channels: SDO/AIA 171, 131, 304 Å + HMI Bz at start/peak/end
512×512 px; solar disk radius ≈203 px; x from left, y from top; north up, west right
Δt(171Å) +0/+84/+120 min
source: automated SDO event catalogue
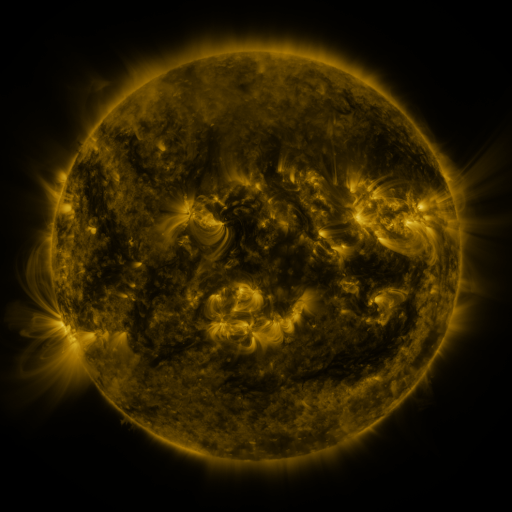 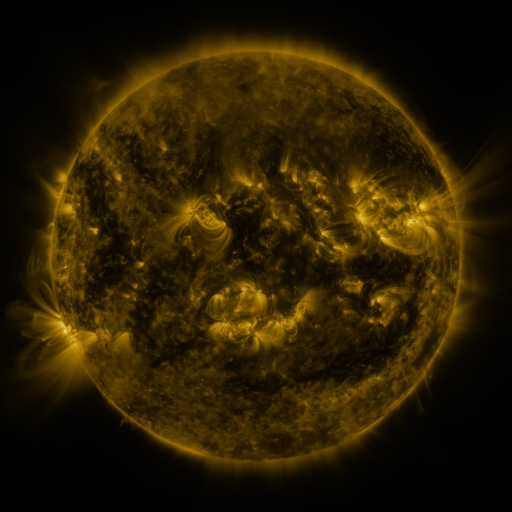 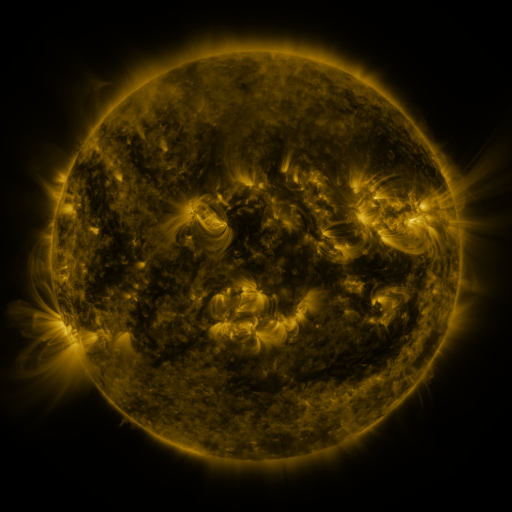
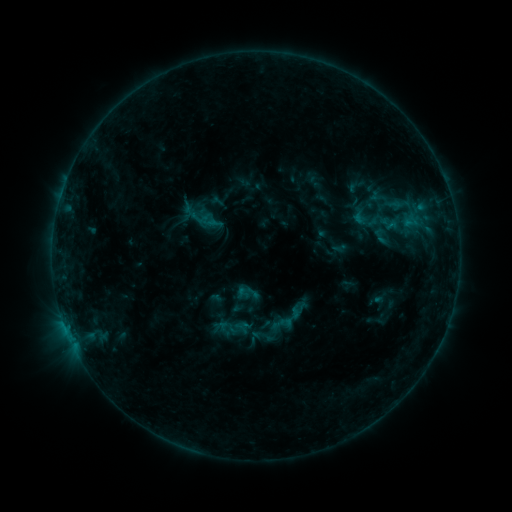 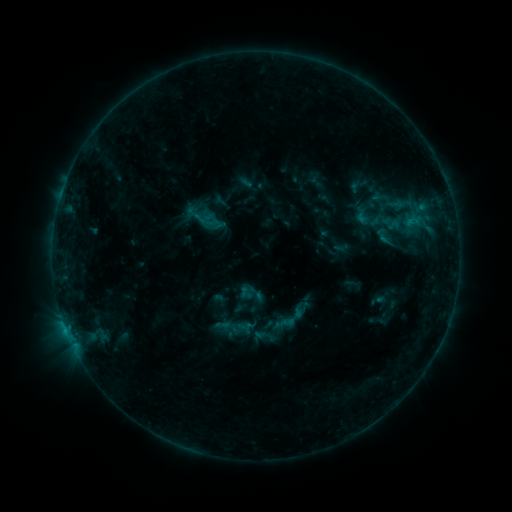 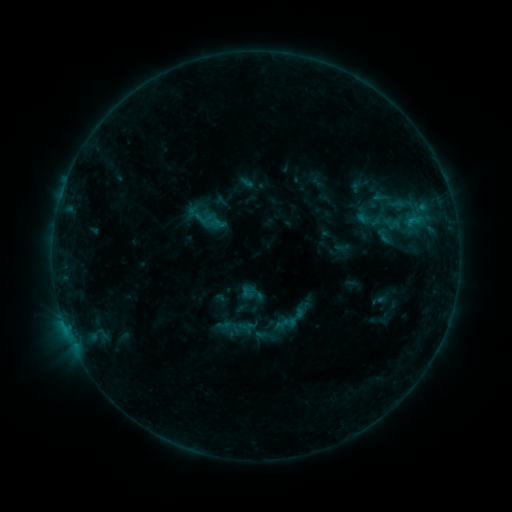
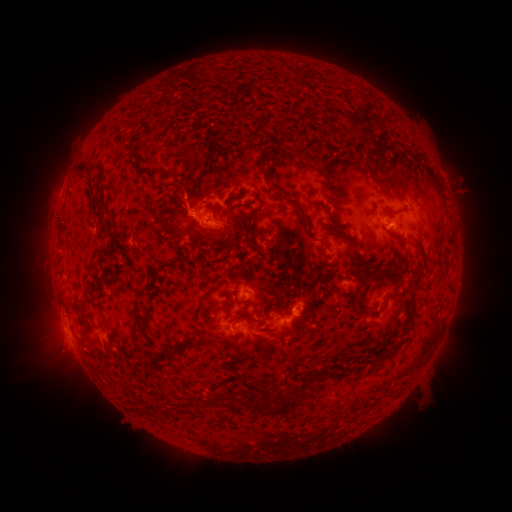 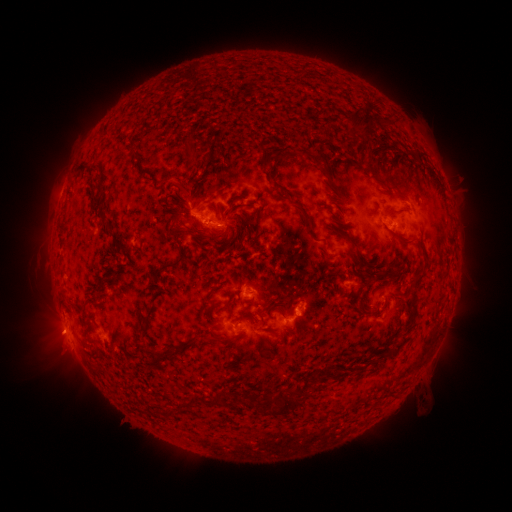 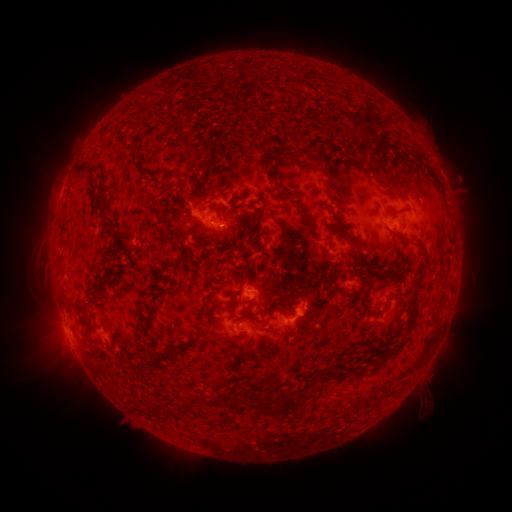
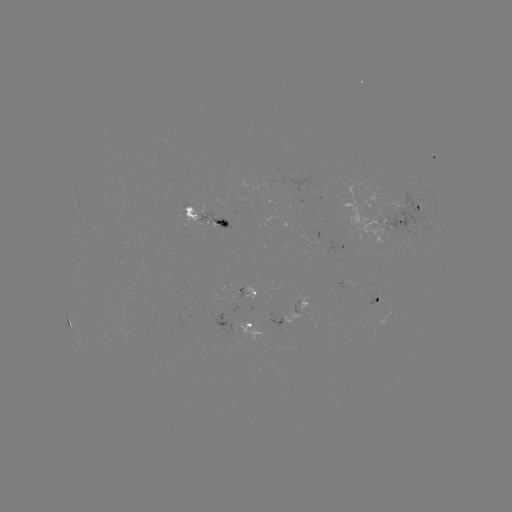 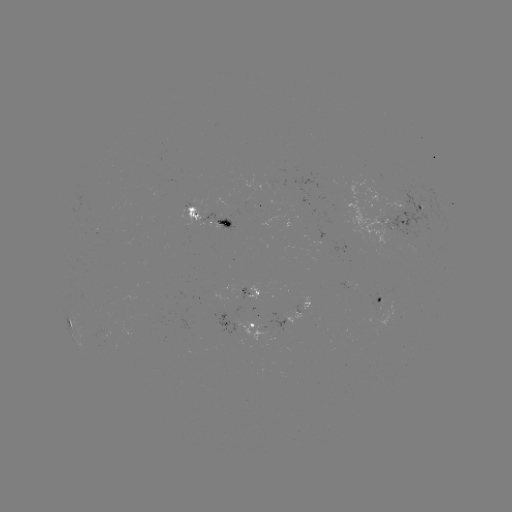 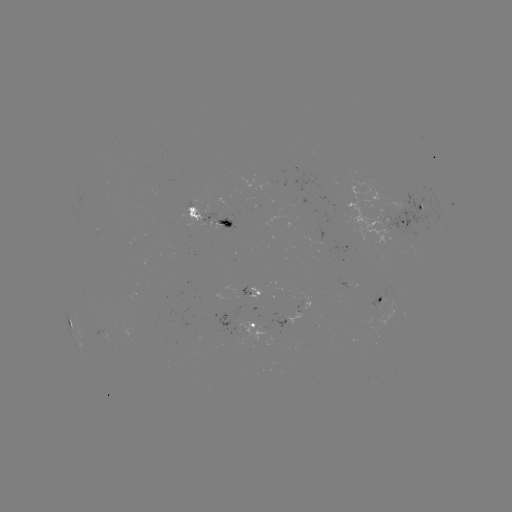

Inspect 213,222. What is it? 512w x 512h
emerging-flux region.